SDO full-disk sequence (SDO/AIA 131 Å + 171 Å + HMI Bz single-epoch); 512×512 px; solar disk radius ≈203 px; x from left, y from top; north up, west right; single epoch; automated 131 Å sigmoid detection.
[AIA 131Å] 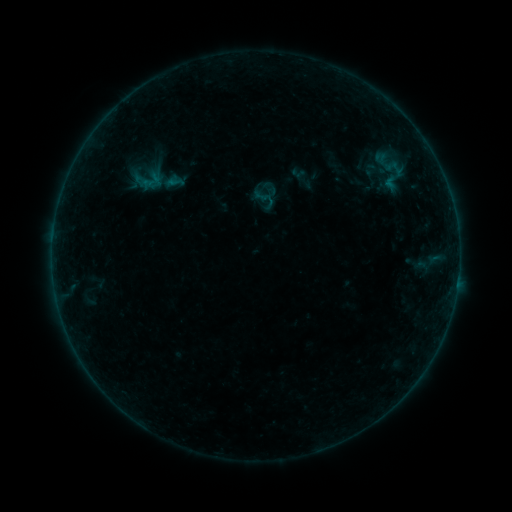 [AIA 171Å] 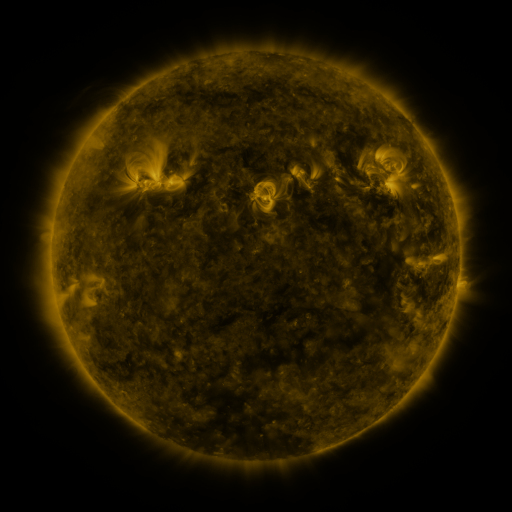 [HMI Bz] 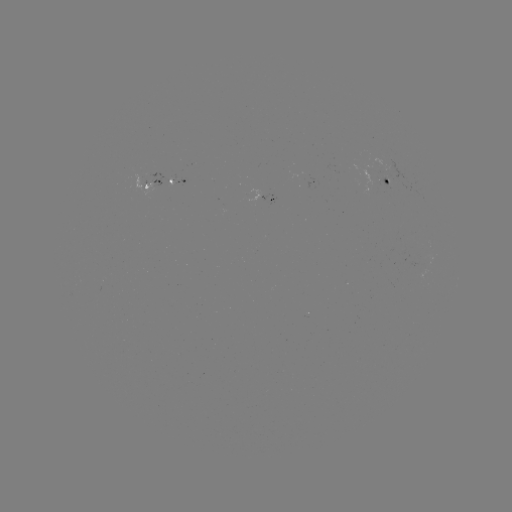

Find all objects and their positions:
sigmoid: <bbox>251, 185, 279, 213</bbox>
